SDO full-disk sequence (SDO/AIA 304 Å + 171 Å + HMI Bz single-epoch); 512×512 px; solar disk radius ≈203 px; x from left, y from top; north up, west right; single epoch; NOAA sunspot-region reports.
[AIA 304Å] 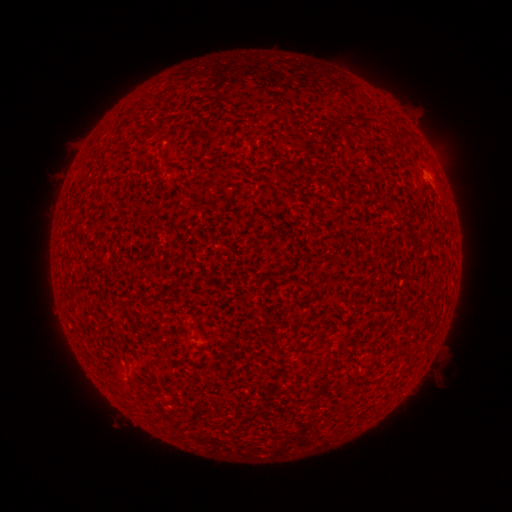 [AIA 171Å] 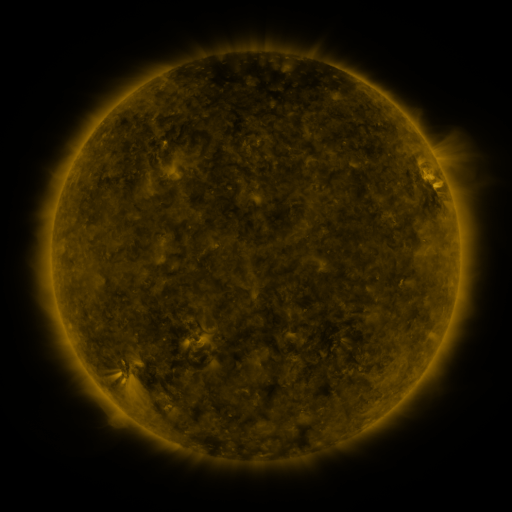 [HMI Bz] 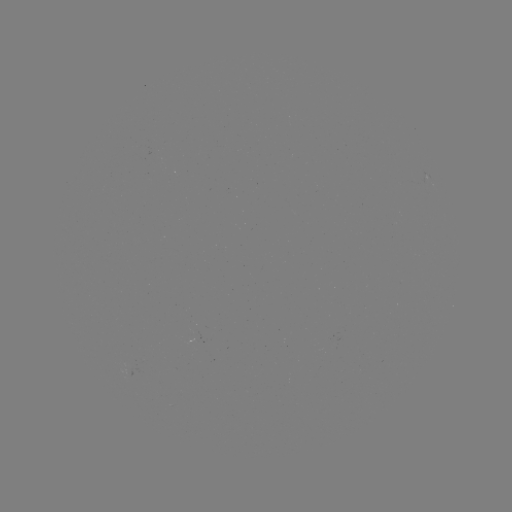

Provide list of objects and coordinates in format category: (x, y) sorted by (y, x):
(none)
